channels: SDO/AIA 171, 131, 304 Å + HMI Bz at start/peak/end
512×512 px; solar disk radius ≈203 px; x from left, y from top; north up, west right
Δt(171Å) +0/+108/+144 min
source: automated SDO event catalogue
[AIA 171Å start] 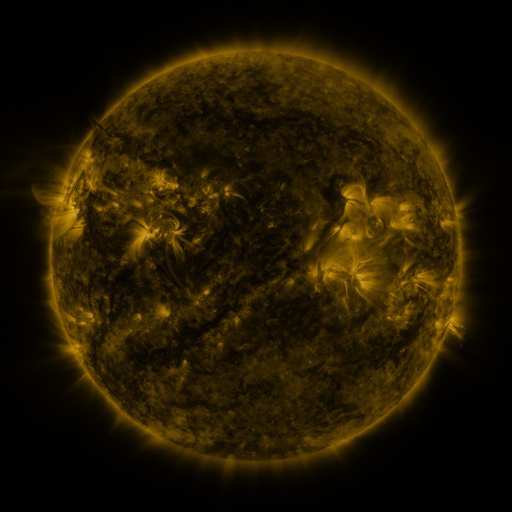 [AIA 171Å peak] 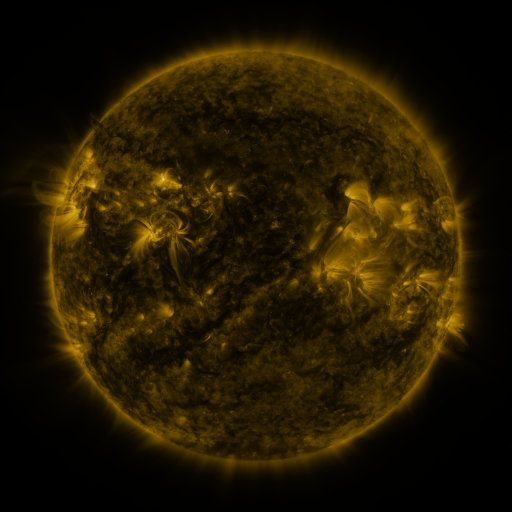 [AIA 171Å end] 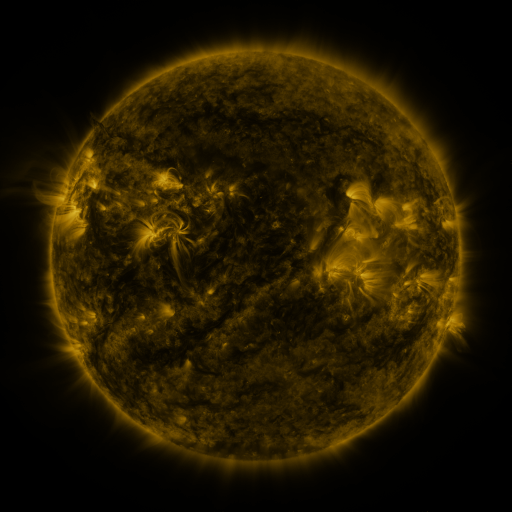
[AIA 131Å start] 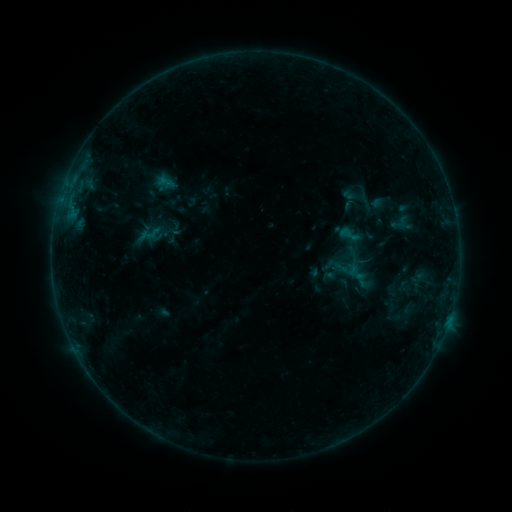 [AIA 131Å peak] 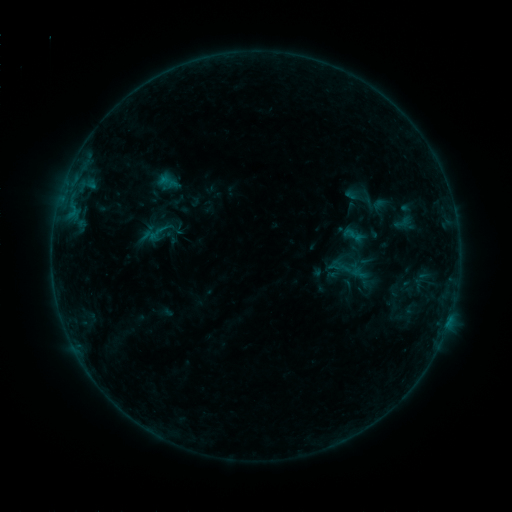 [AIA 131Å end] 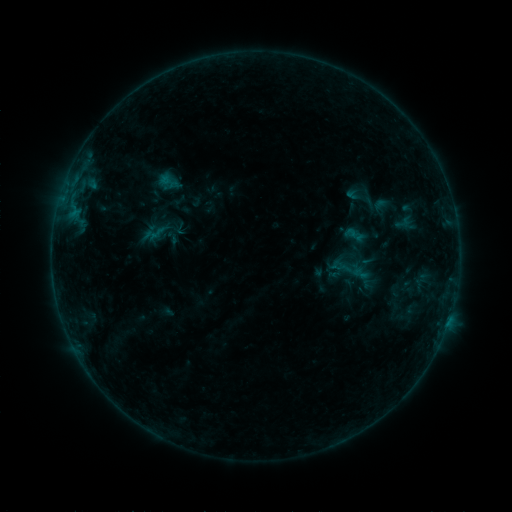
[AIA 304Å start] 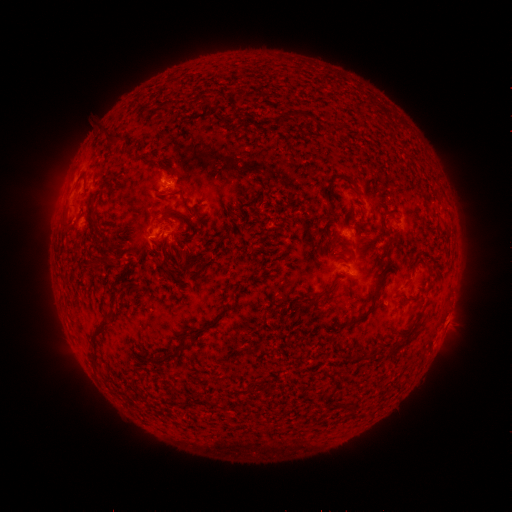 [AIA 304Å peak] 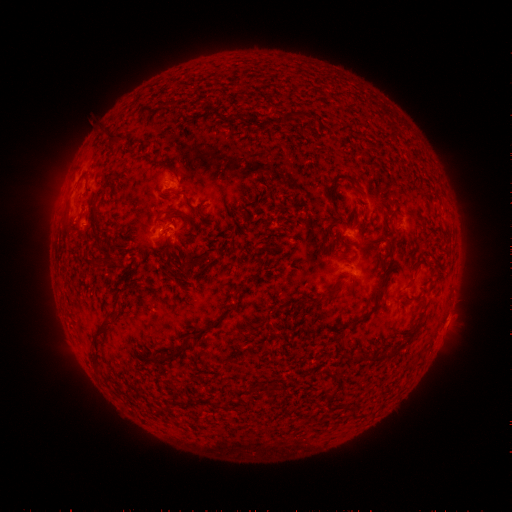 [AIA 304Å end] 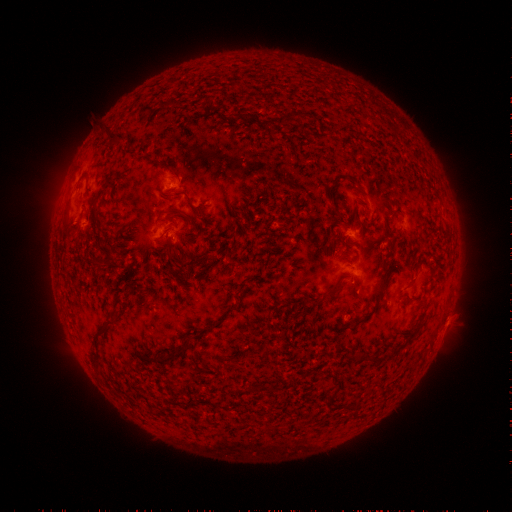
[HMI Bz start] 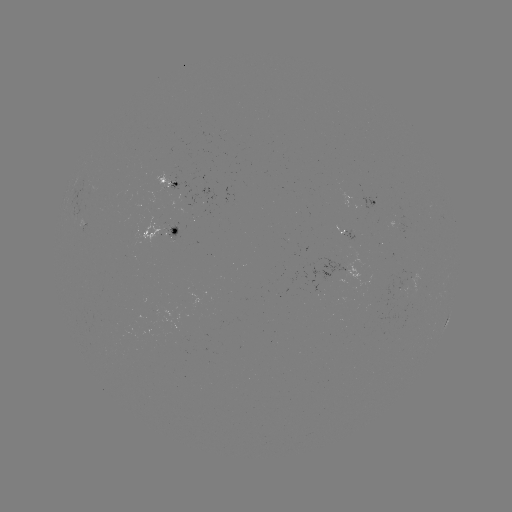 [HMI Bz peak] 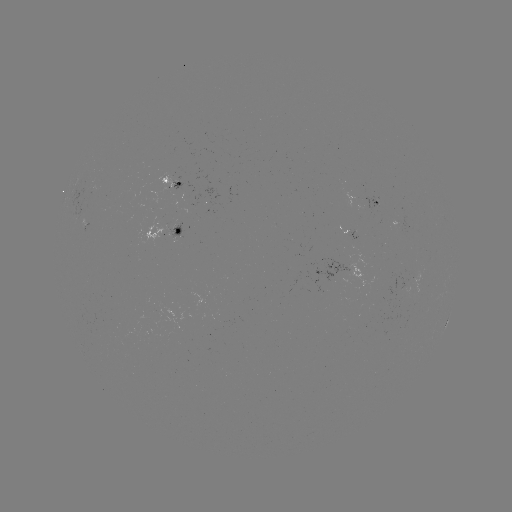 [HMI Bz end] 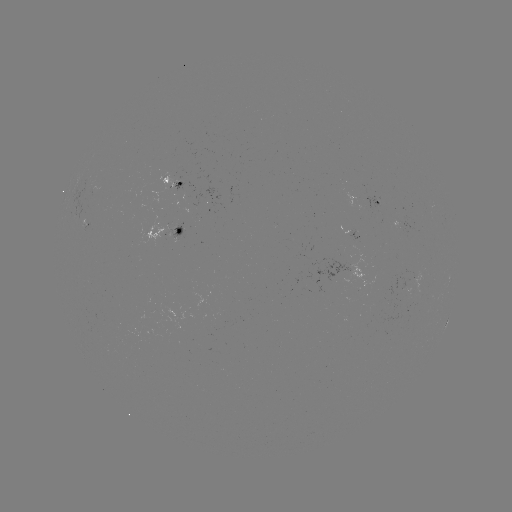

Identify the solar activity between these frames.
emerging-flux region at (178, 240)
